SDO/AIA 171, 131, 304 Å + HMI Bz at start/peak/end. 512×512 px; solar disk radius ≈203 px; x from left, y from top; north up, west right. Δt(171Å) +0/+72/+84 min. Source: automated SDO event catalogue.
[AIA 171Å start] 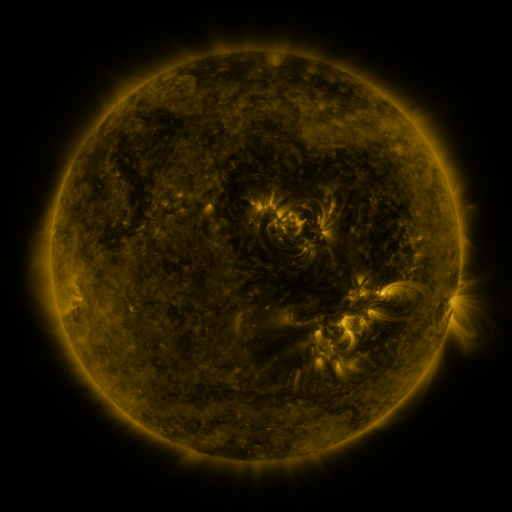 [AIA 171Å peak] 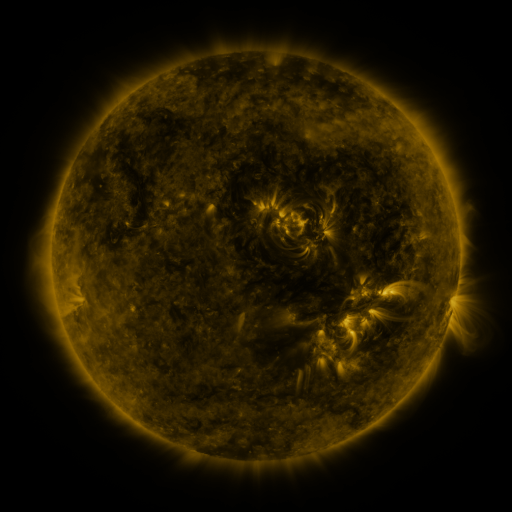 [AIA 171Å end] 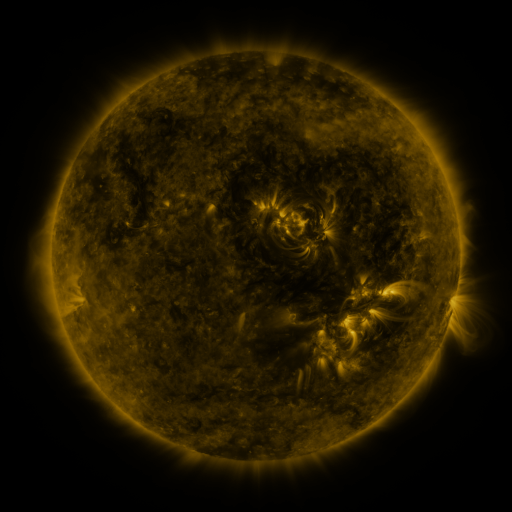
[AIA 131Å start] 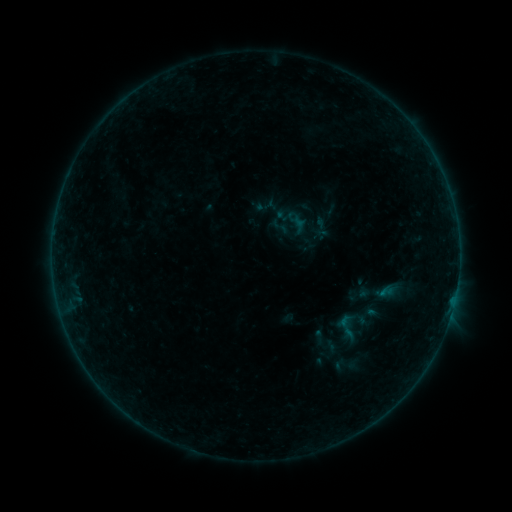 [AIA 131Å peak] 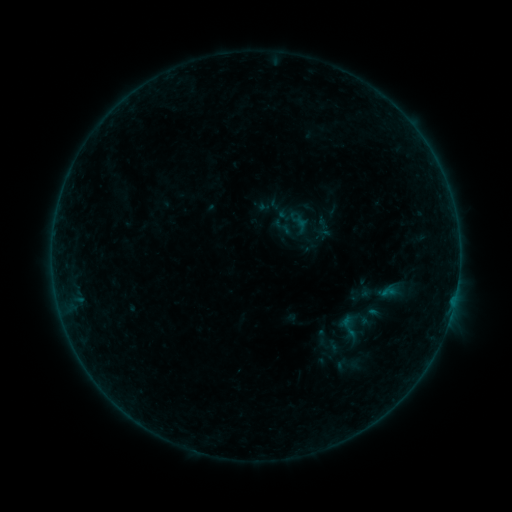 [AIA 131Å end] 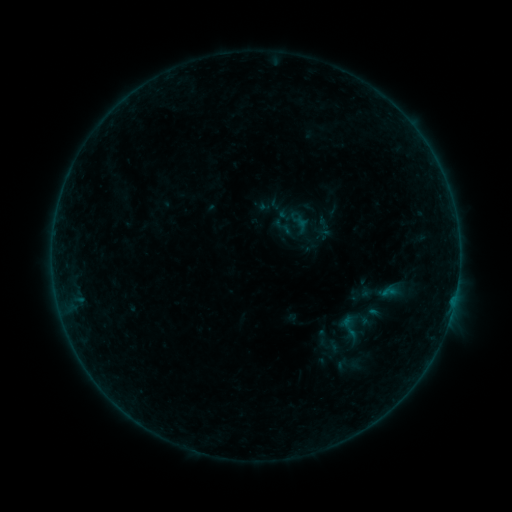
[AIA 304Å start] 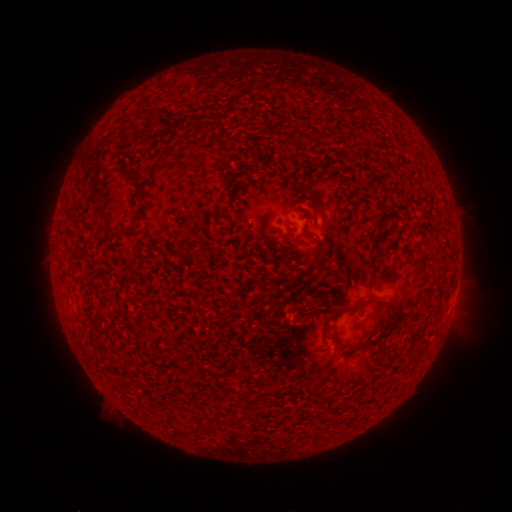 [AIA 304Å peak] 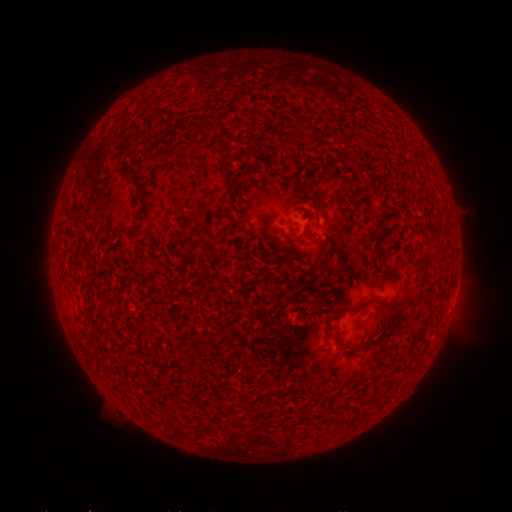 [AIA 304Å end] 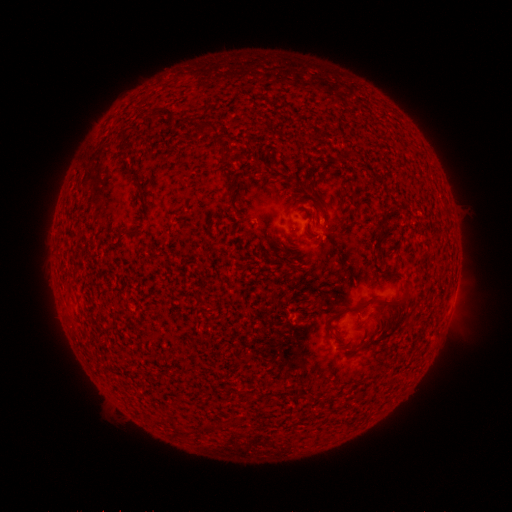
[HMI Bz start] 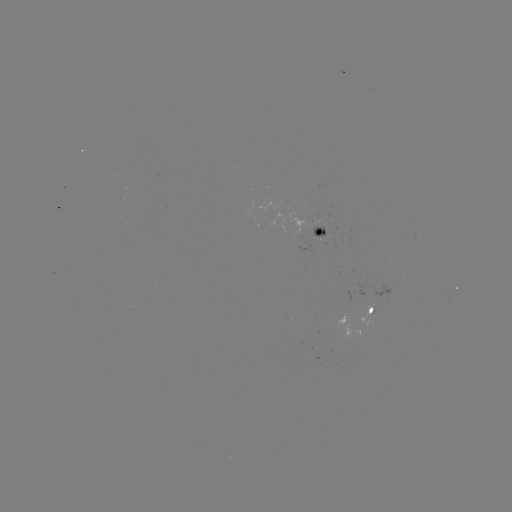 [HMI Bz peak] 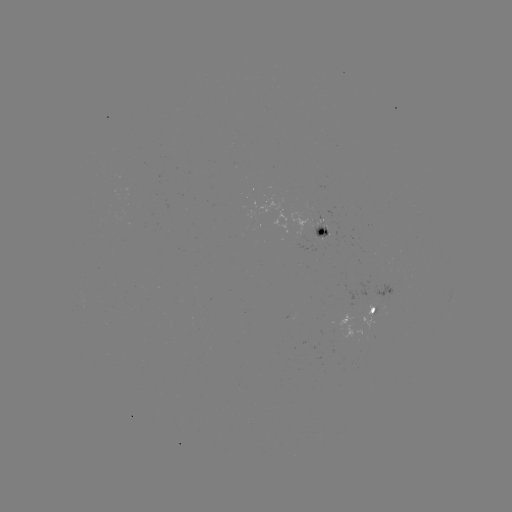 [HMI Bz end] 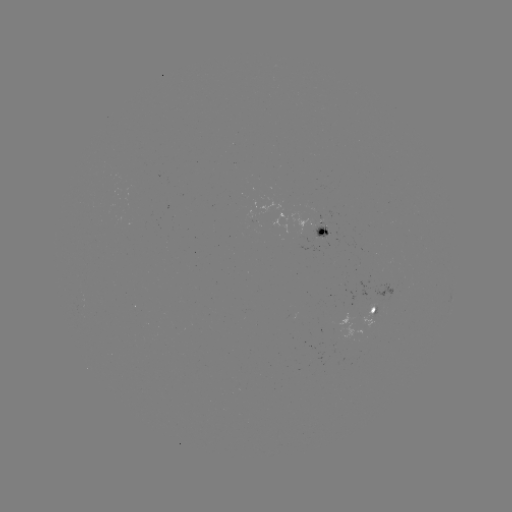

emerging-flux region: (309, 222, 331, 239)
